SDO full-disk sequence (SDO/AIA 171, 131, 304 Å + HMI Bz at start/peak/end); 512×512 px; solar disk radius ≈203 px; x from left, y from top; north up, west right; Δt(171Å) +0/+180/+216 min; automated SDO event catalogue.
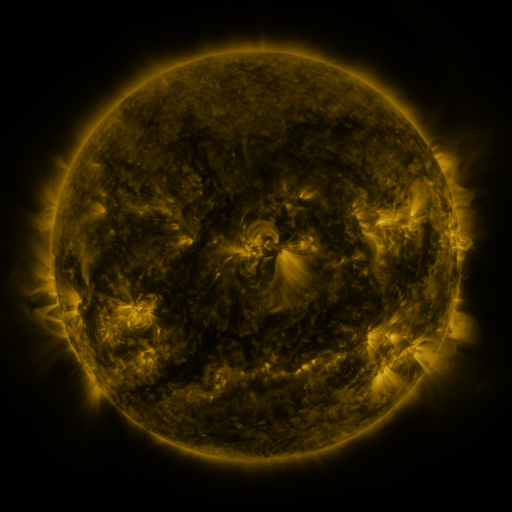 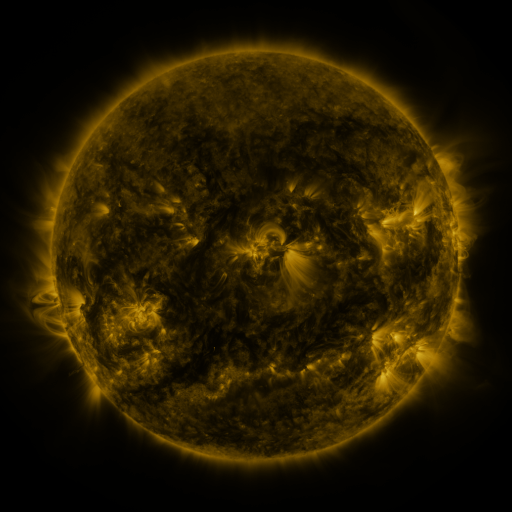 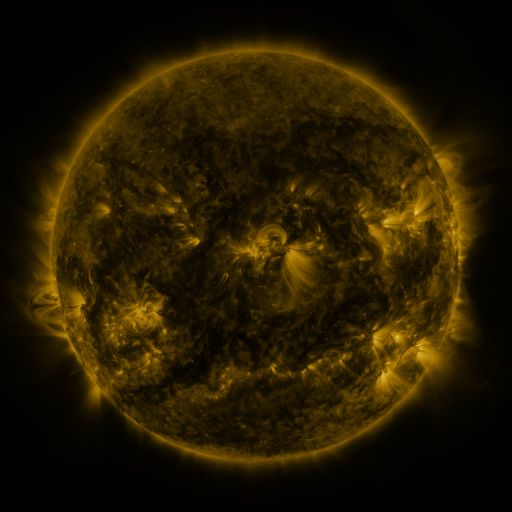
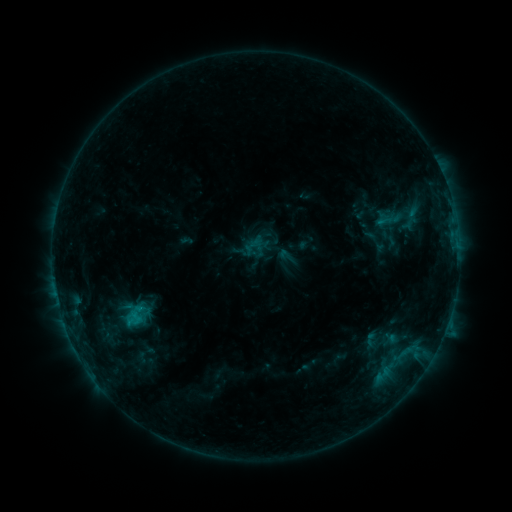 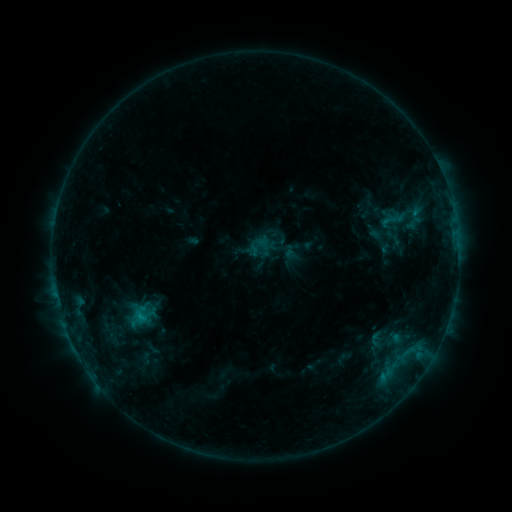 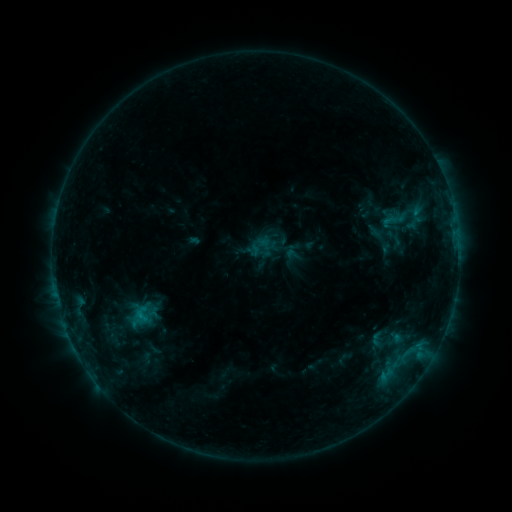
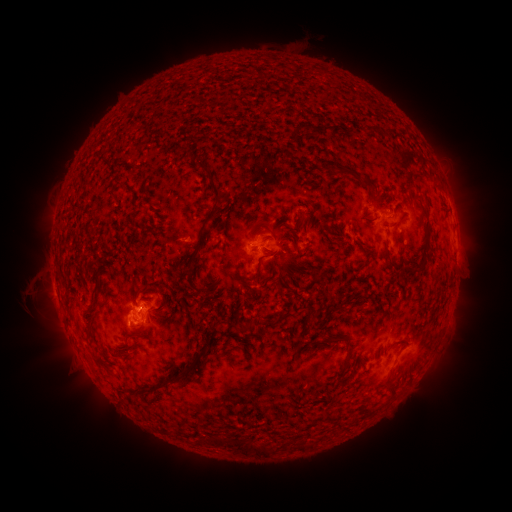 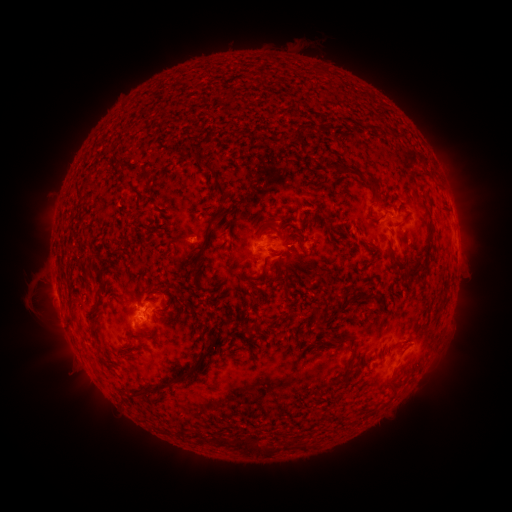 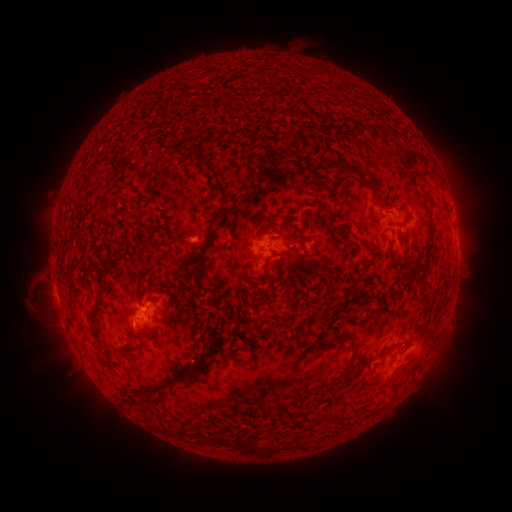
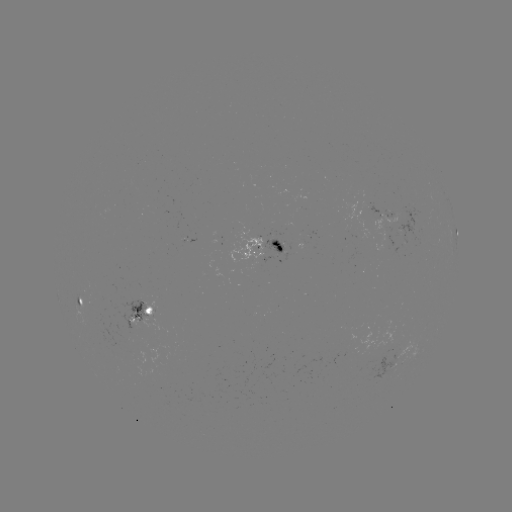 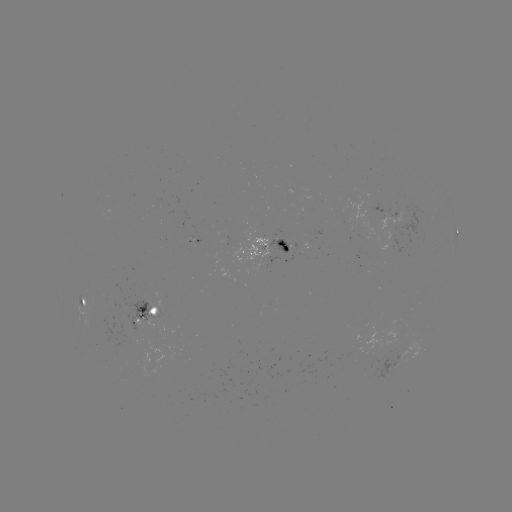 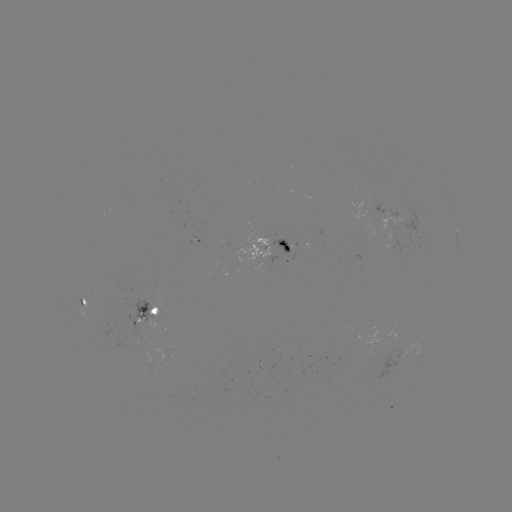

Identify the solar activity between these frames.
emerging-flux region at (285, 244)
